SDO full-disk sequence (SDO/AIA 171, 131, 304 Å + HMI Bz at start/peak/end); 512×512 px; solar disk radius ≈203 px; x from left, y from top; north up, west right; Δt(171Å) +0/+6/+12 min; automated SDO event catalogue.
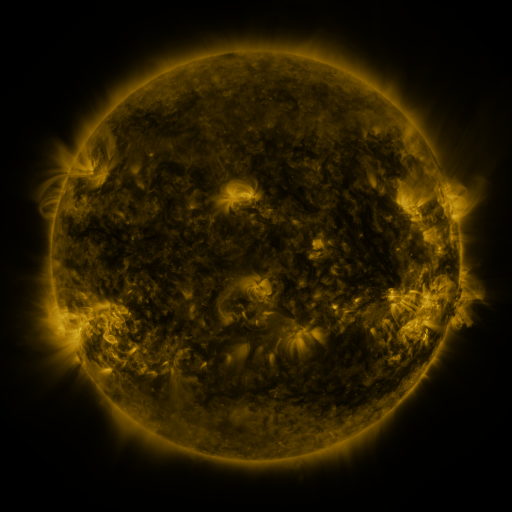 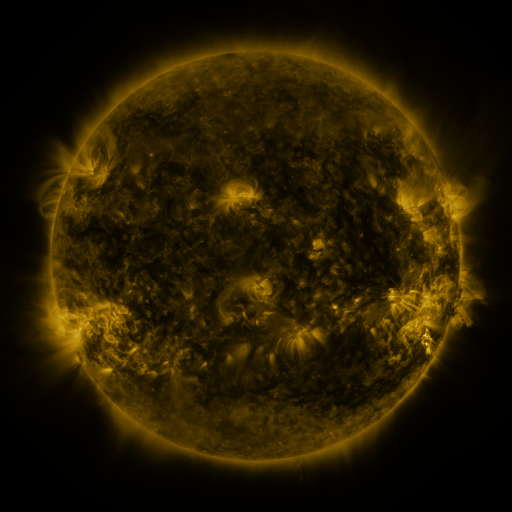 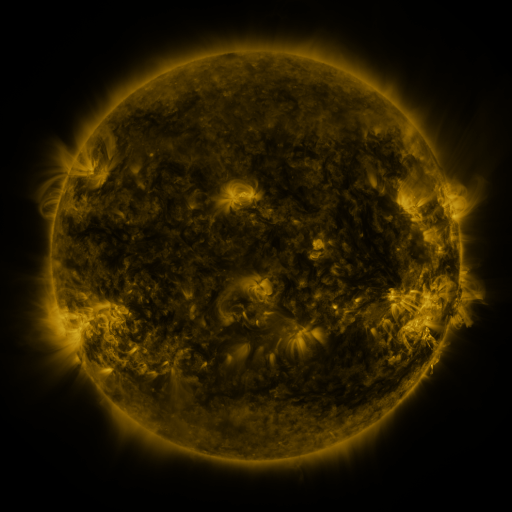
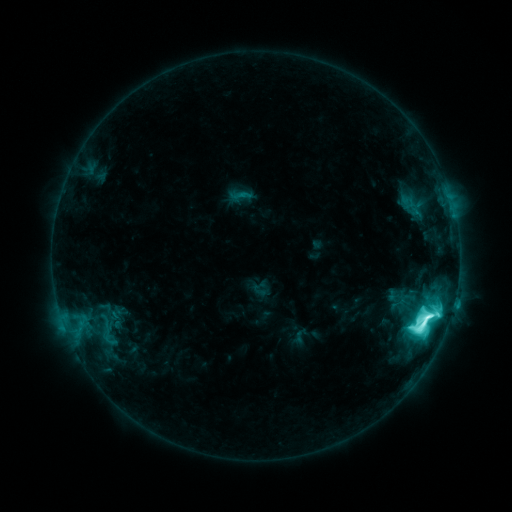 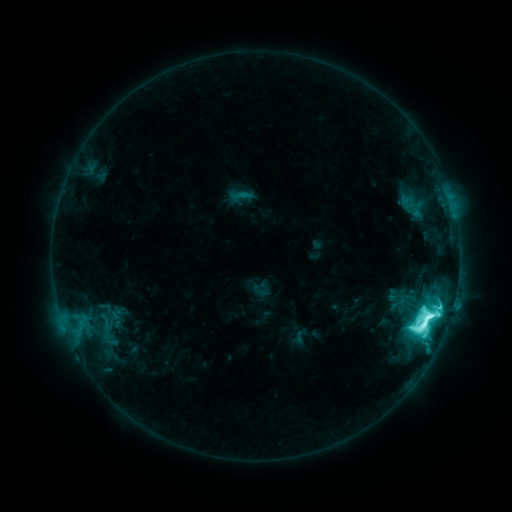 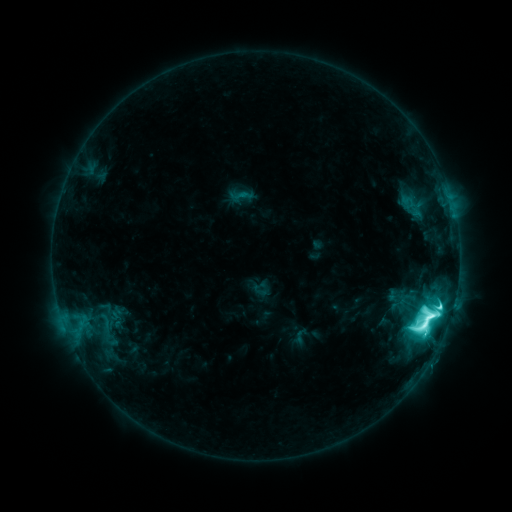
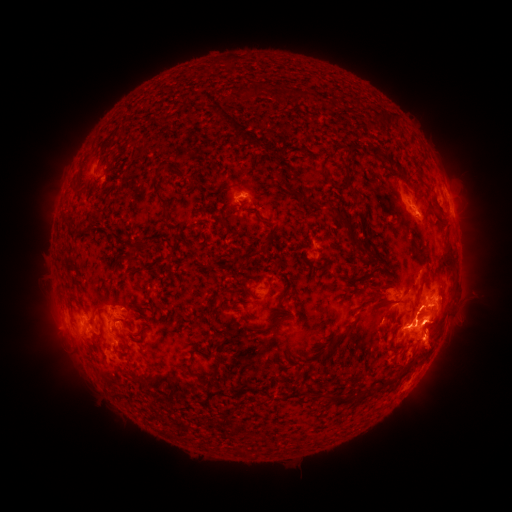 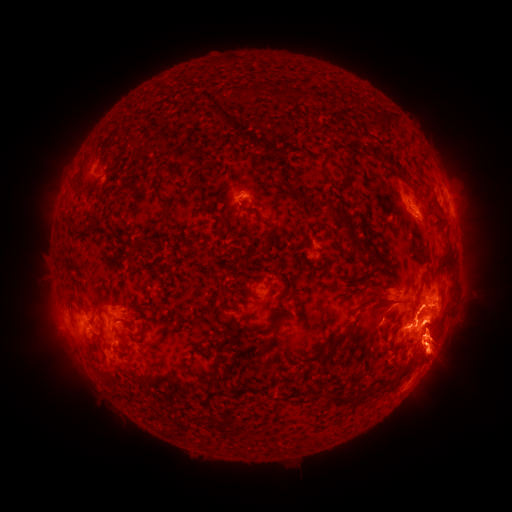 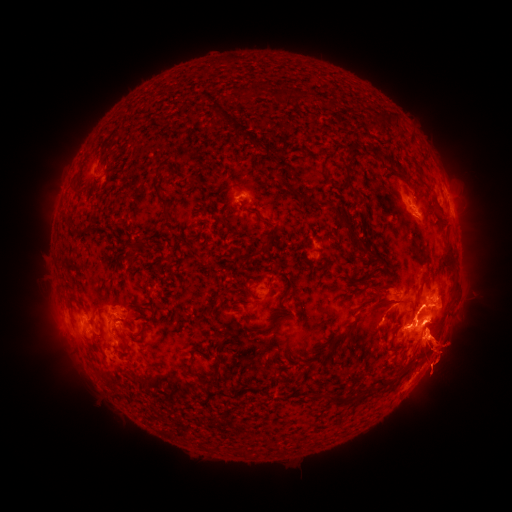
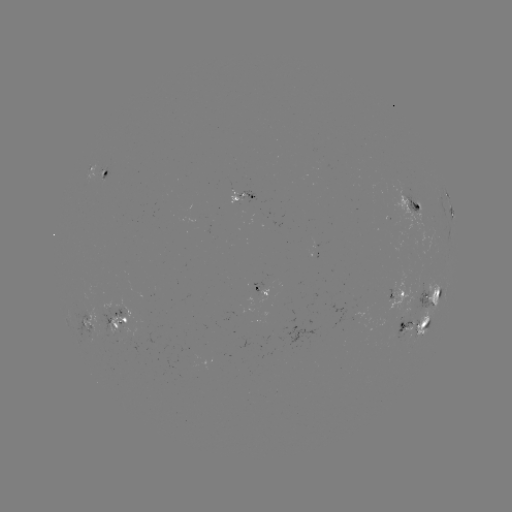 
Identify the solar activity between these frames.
eruption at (365, 353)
